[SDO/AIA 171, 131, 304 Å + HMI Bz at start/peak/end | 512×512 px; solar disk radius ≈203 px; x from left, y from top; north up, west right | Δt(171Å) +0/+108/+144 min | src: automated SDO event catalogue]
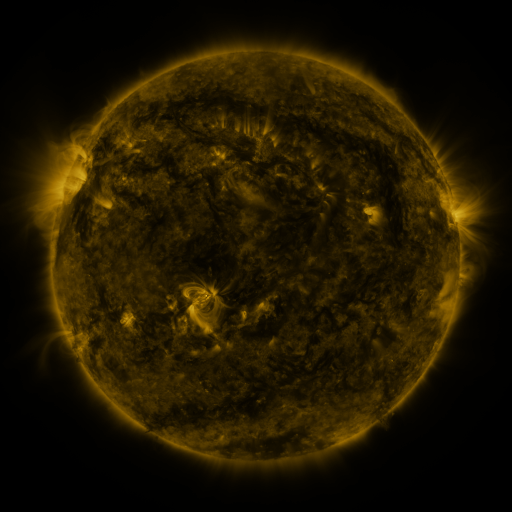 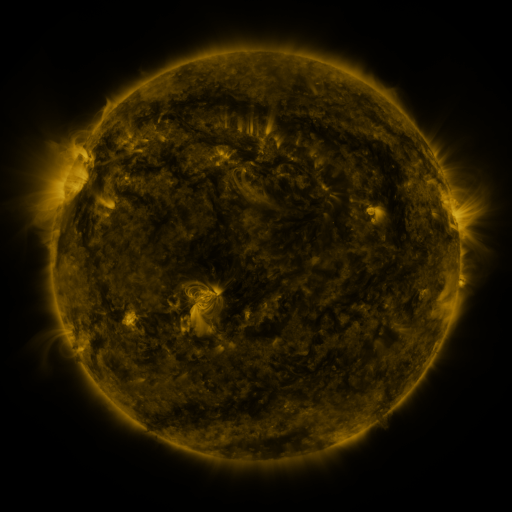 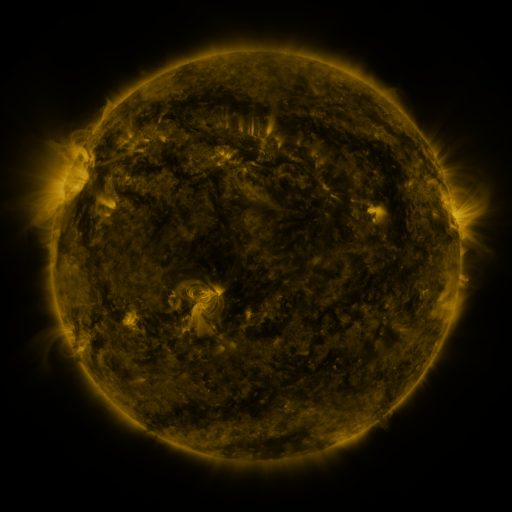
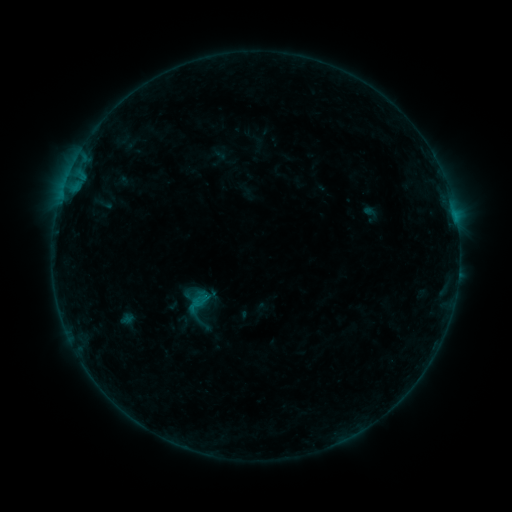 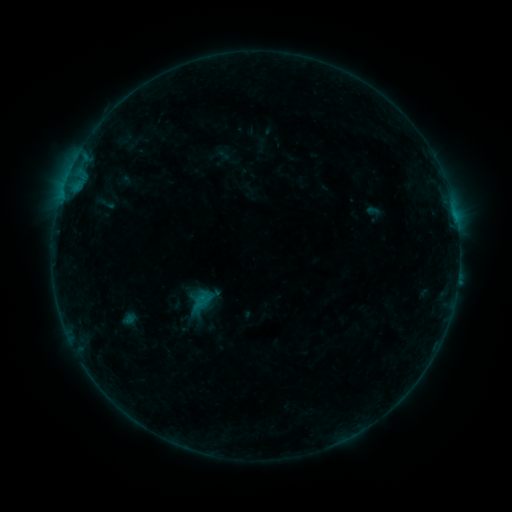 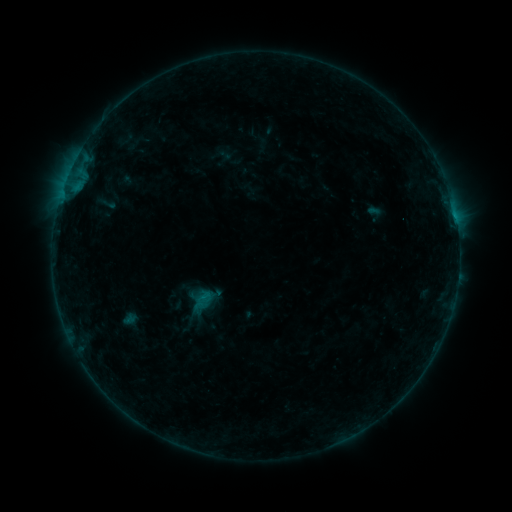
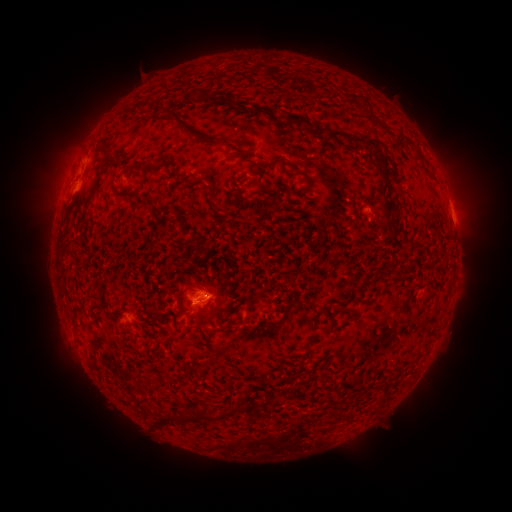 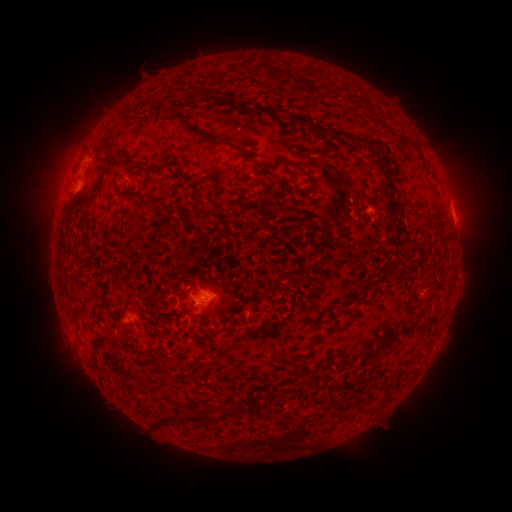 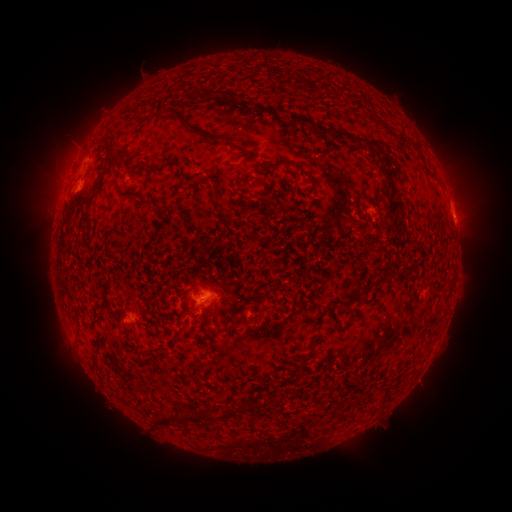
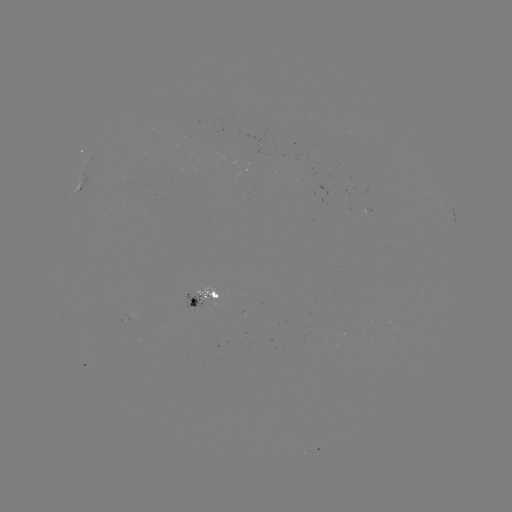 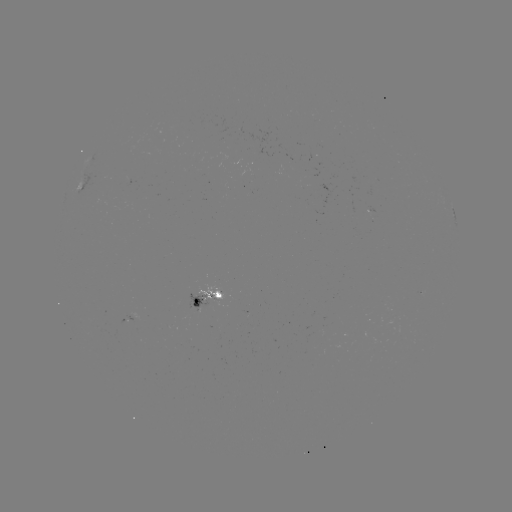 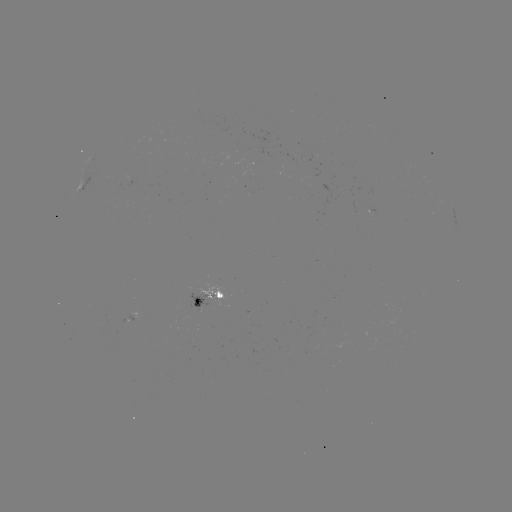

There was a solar emerging-flux region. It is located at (130, 179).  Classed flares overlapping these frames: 1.